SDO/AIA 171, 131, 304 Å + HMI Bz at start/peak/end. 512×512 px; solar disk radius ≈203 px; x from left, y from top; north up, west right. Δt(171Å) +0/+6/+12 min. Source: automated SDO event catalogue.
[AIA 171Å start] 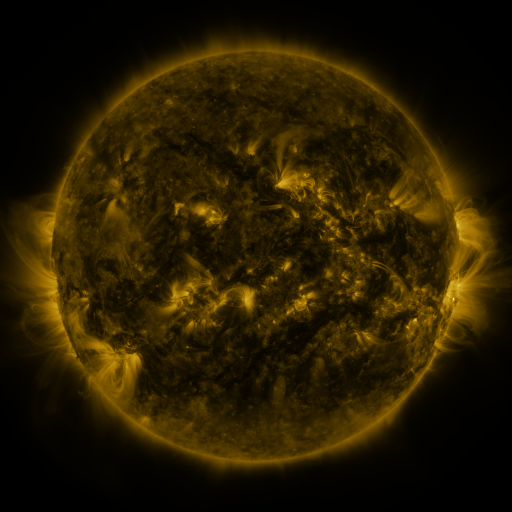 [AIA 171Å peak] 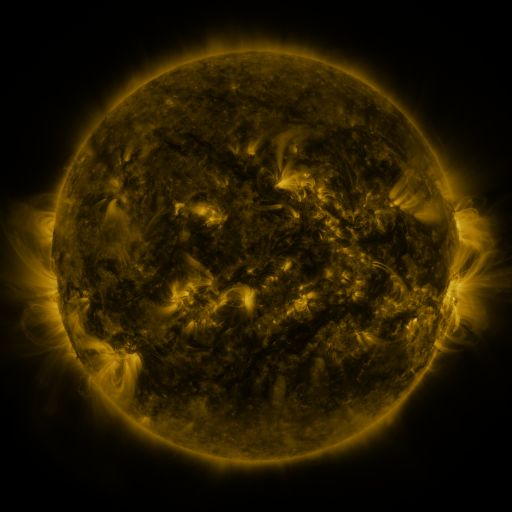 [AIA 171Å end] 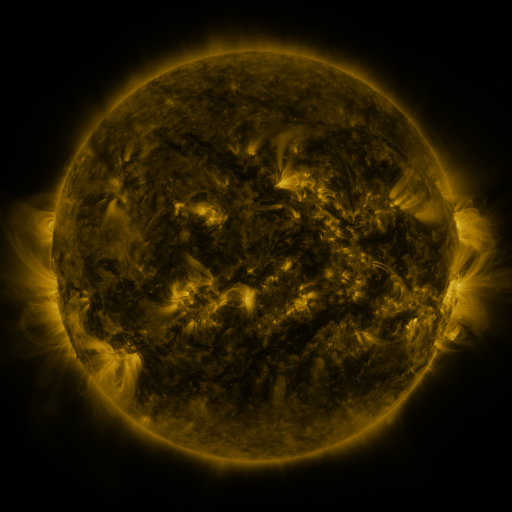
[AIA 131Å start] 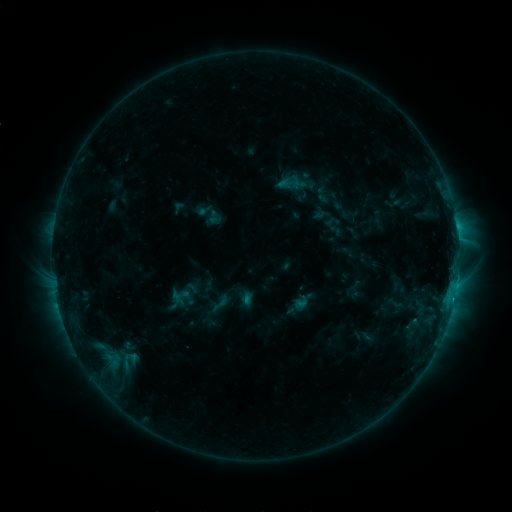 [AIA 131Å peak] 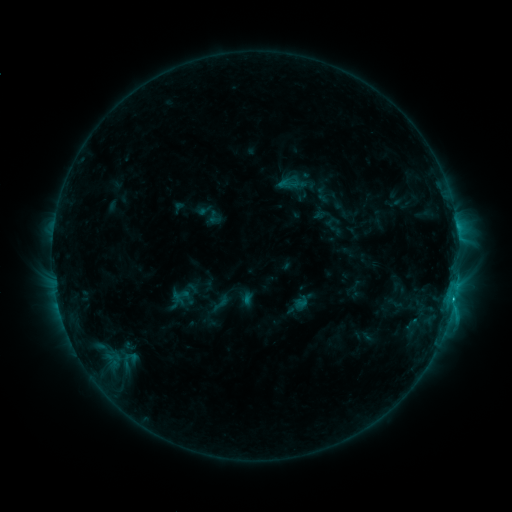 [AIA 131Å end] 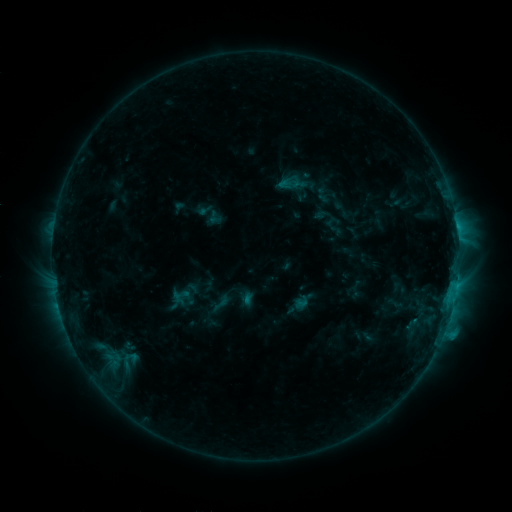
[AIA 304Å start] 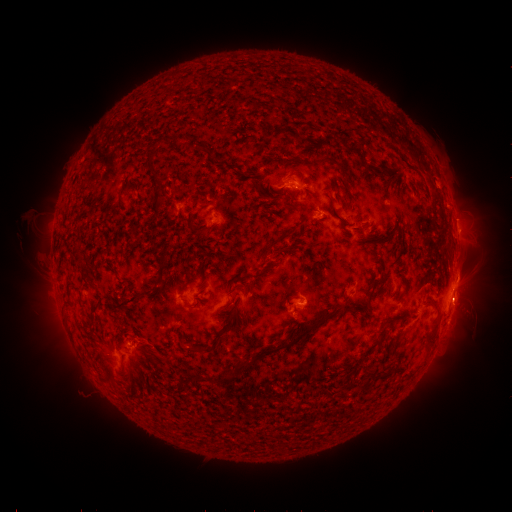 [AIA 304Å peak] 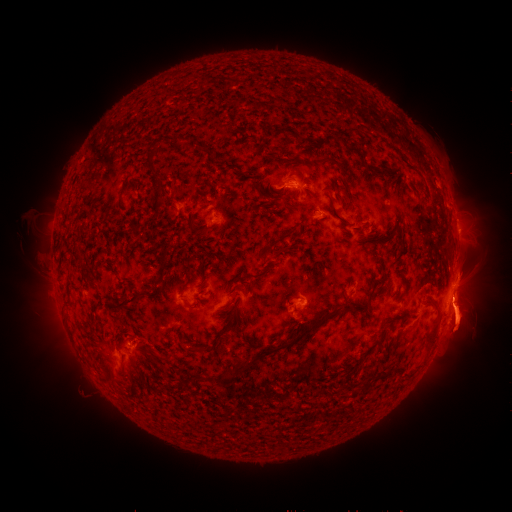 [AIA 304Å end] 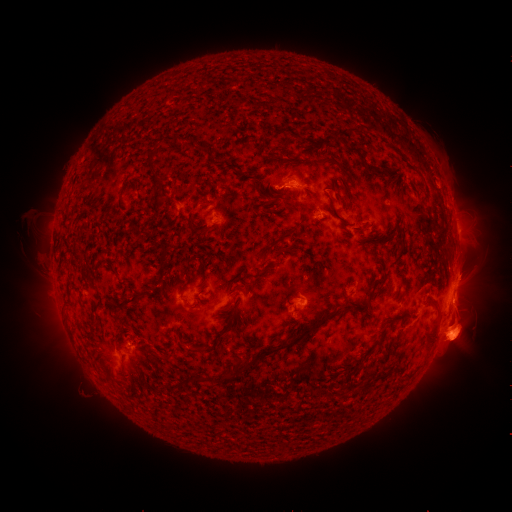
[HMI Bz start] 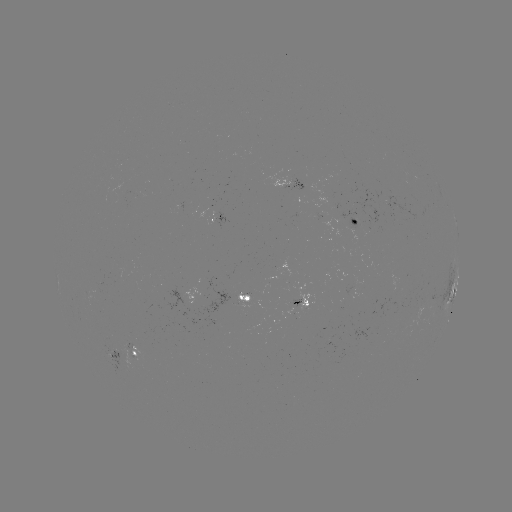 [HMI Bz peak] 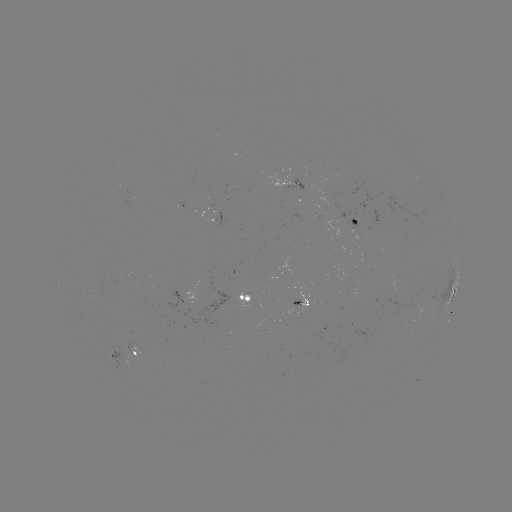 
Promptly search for eruption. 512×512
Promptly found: [456, 327].